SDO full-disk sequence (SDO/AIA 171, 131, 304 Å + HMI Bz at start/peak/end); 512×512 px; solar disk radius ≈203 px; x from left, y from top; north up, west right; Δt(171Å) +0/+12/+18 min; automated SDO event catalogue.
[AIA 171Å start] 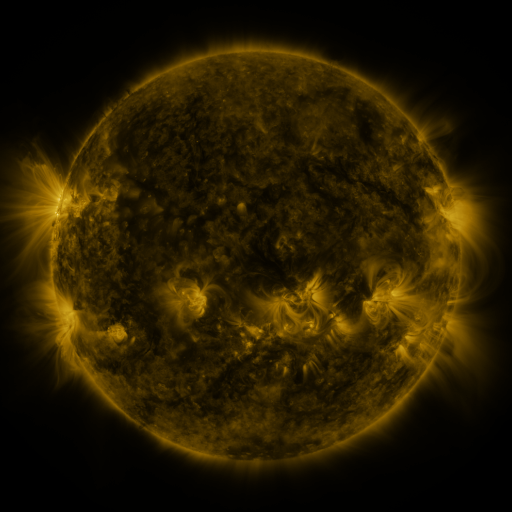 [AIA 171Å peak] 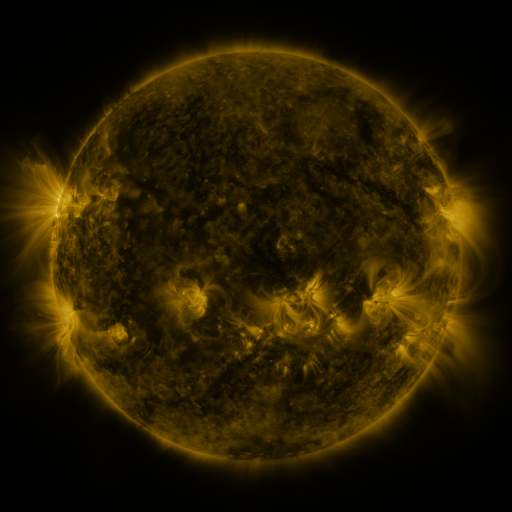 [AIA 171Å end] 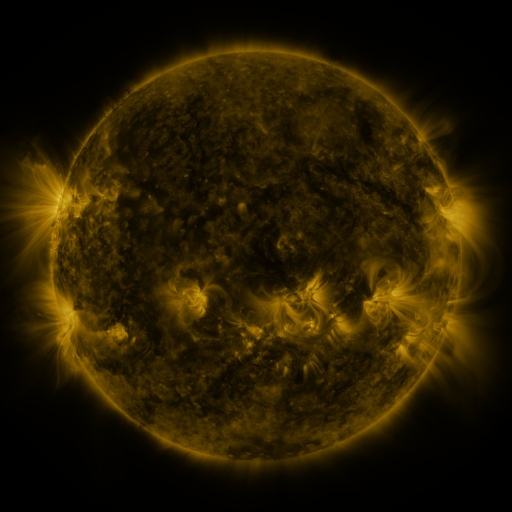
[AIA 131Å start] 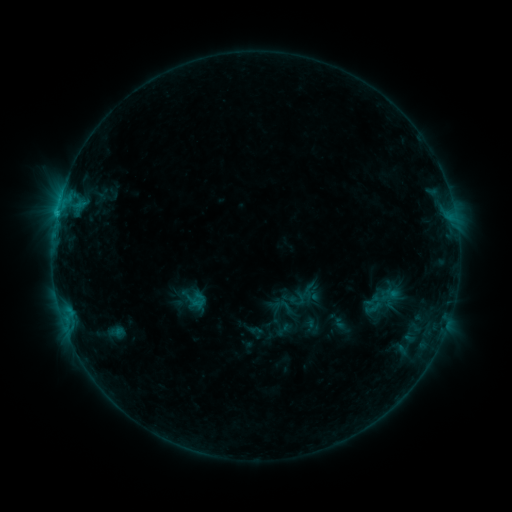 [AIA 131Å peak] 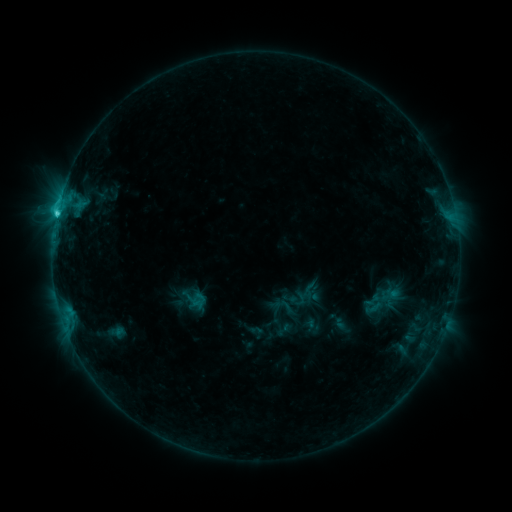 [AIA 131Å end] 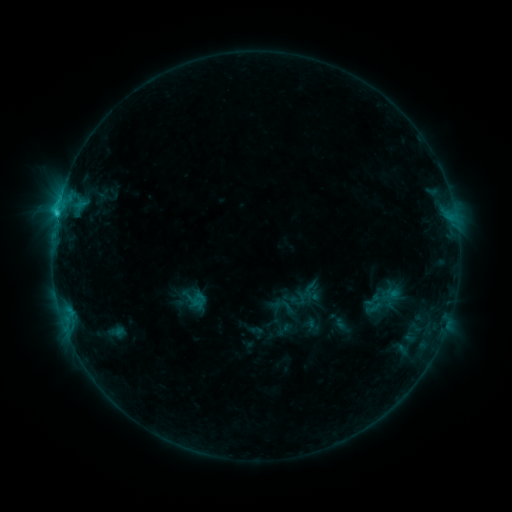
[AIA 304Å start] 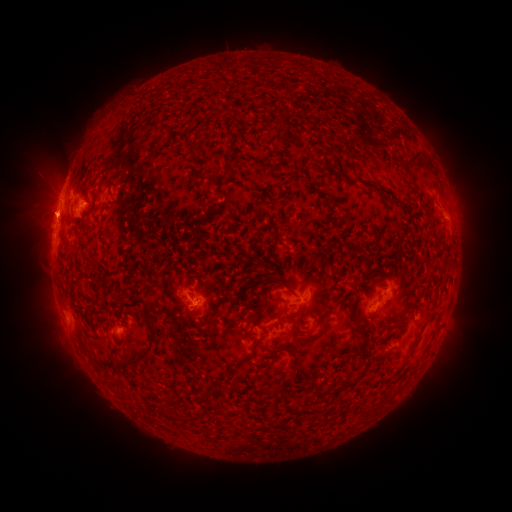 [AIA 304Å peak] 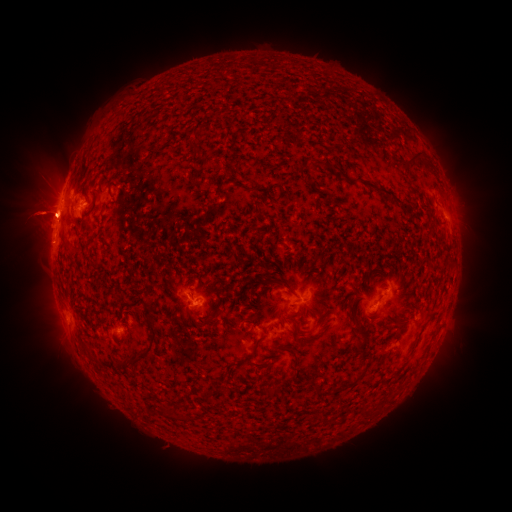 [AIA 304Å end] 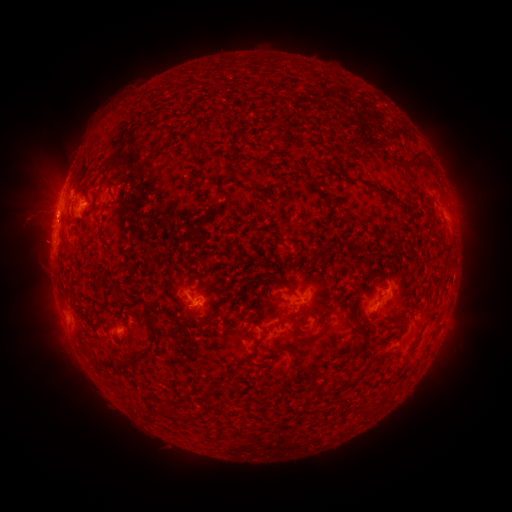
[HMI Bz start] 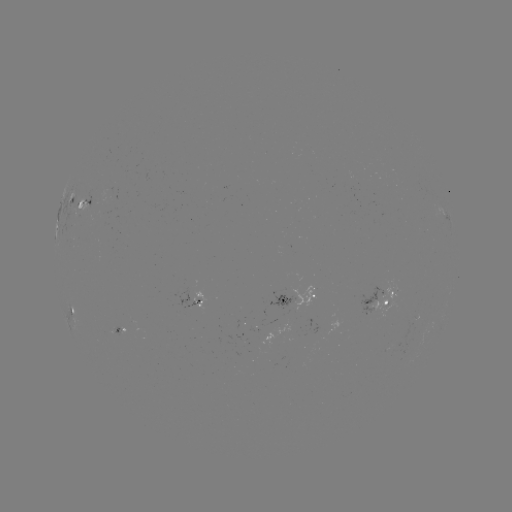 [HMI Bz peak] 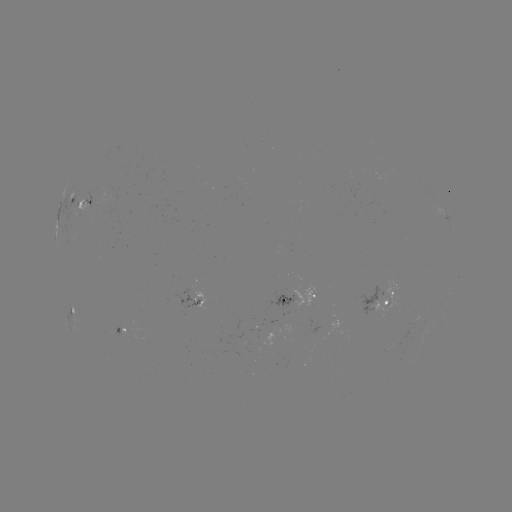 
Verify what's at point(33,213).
eruption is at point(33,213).